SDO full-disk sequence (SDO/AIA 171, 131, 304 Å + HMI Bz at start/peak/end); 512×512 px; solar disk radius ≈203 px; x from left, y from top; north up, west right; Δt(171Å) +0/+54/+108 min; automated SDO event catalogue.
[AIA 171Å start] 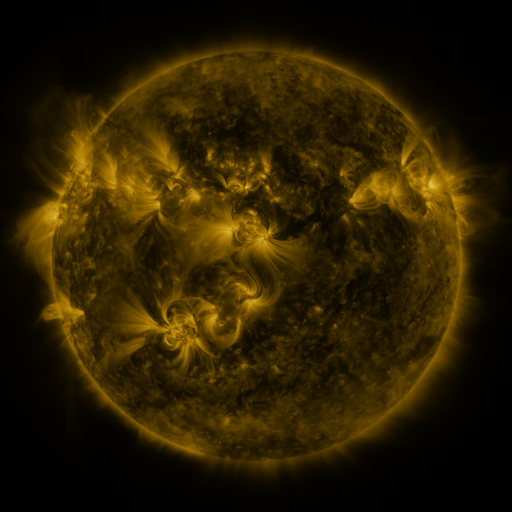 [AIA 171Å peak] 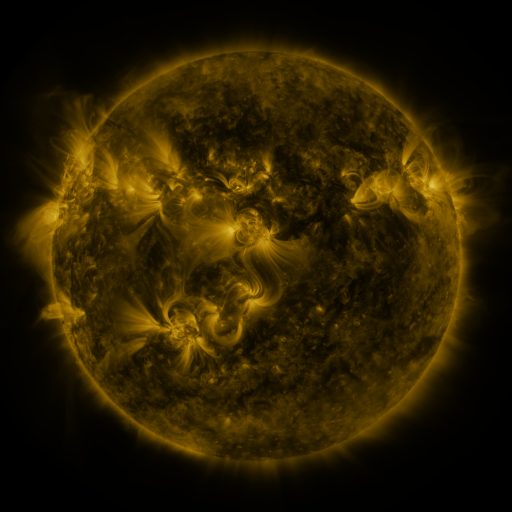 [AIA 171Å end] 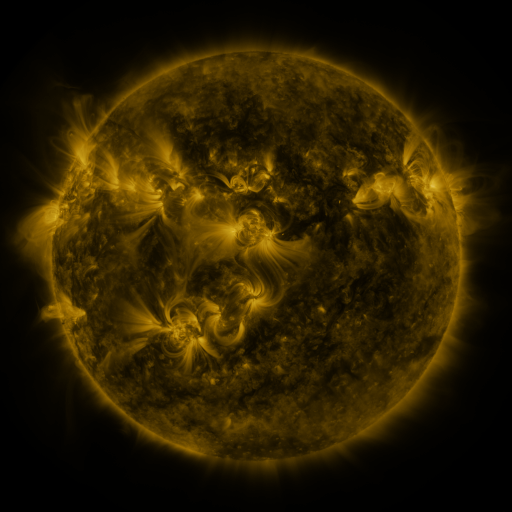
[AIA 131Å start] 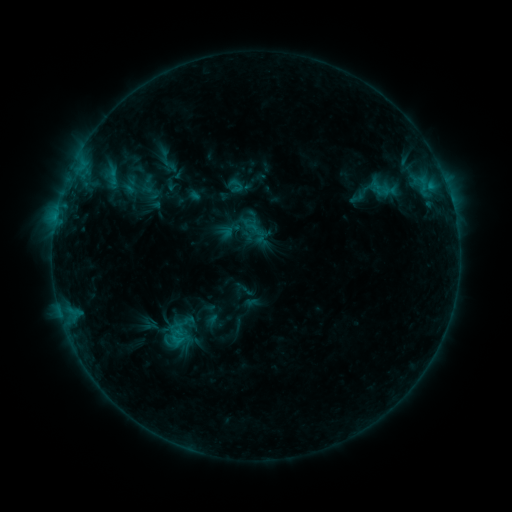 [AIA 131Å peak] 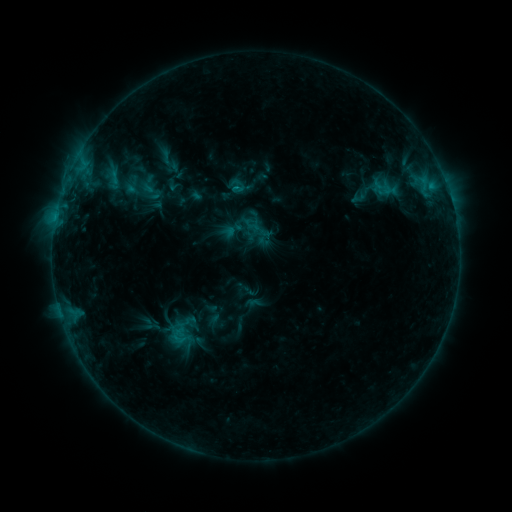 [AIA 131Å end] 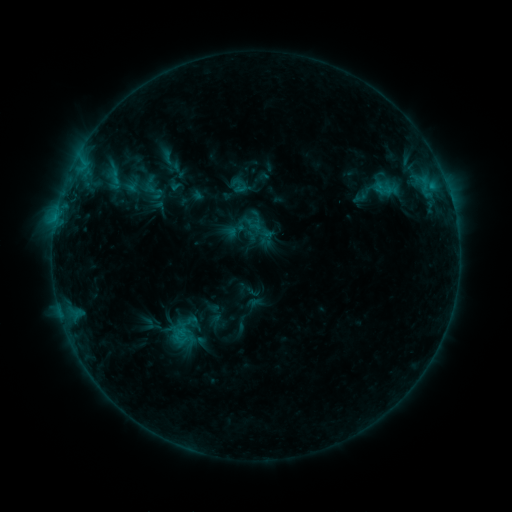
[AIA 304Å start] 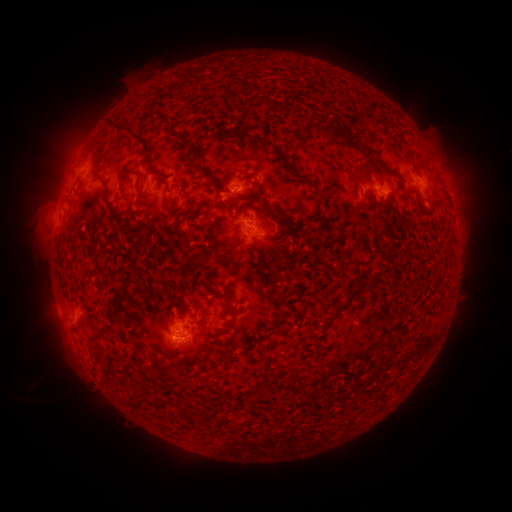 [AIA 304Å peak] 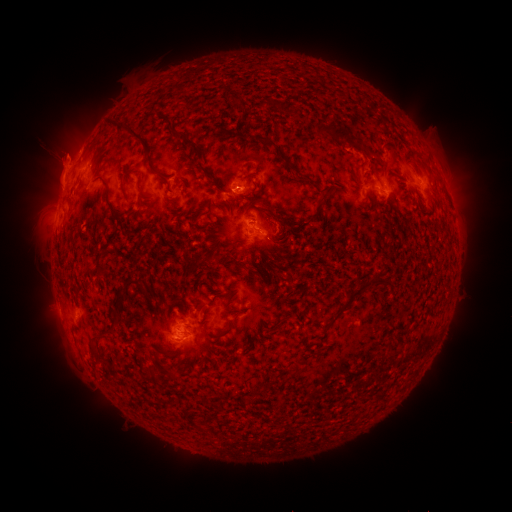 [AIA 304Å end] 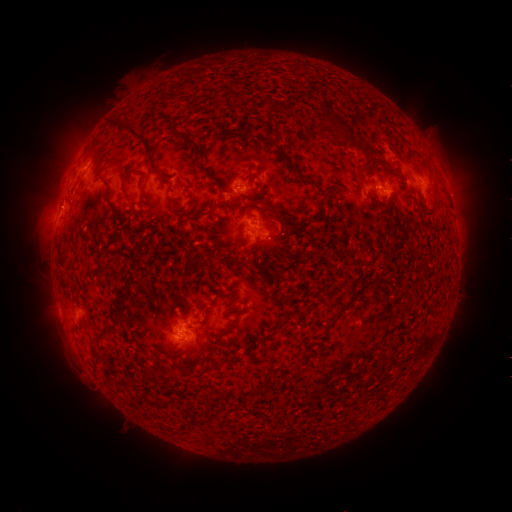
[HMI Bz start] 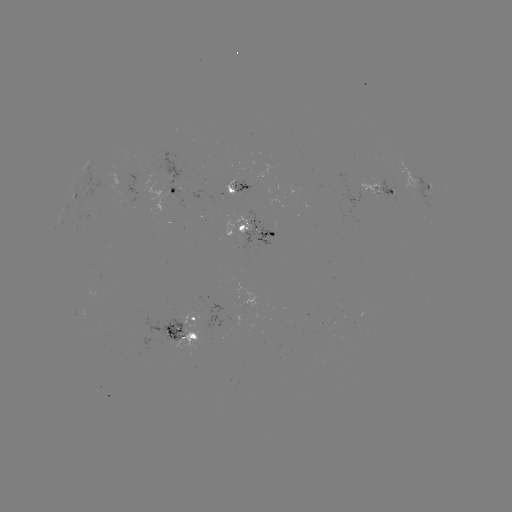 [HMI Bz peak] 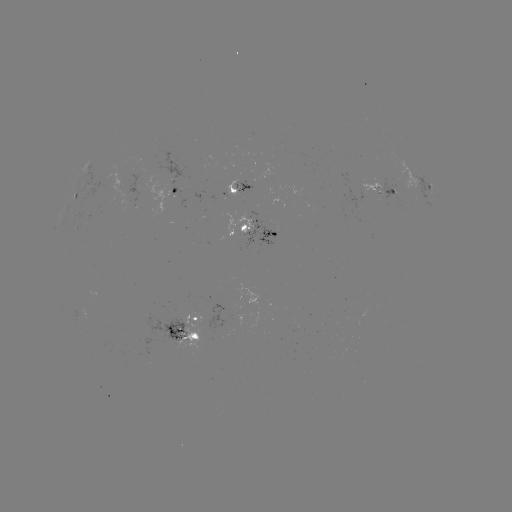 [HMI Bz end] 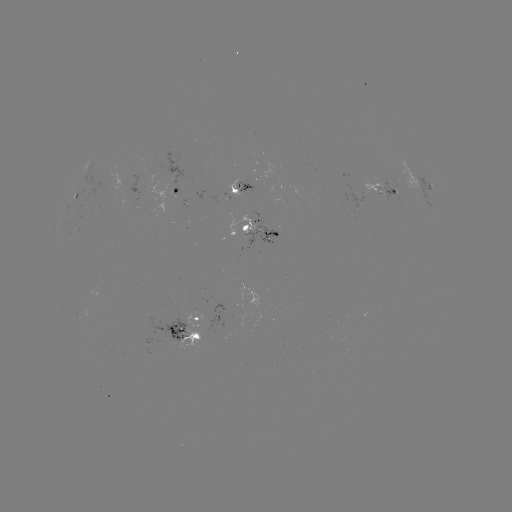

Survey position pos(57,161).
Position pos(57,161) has filament eruption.